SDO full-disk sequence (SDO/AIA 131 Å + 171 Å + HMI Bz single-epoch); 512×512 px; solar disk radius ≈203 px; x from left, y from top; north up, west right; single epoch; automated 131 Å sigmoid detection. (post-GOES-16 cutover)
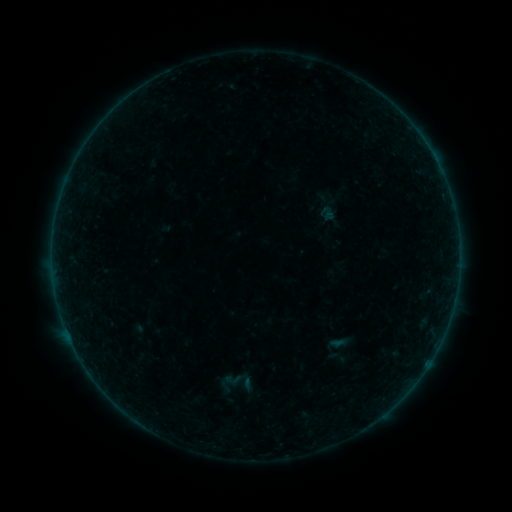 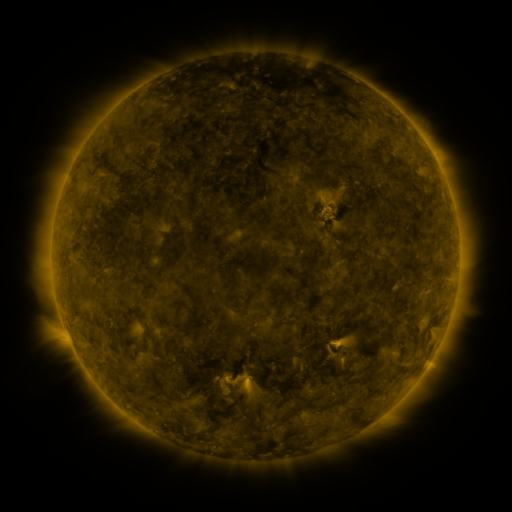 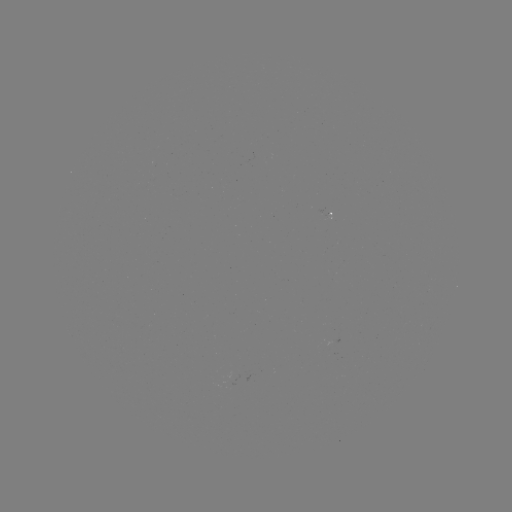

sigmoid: [220, 365, 252, 394]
